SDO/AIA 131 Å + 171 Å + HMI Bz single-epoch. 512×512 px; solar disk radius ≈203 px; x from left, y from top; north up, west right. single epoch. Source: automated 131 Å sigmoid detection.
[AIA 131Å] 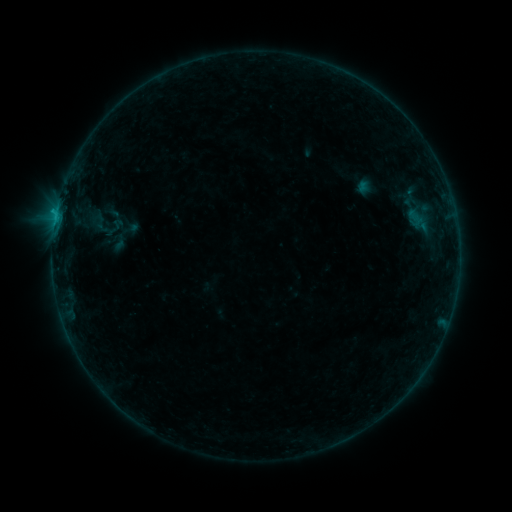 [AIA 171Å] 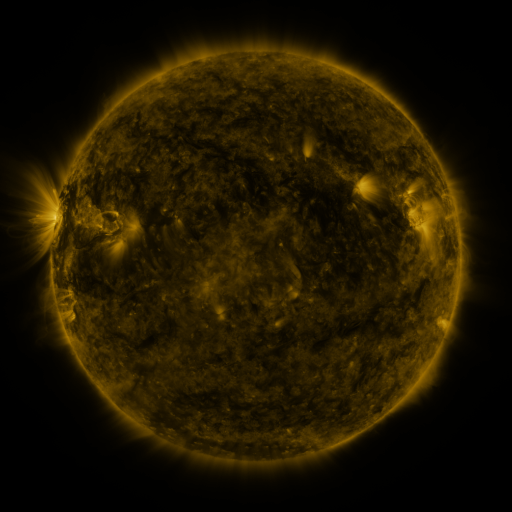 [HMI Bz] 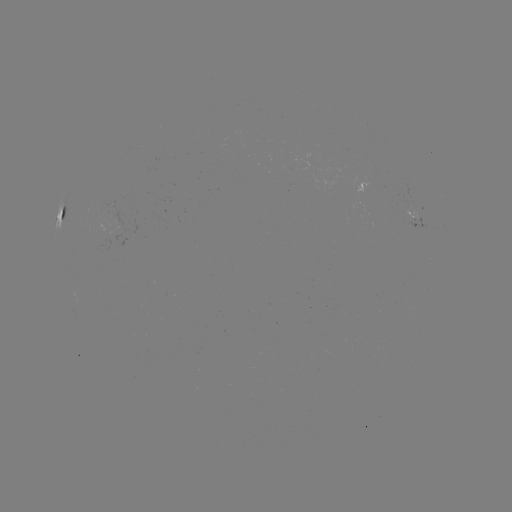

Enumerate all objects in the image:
sigmoid: (90, 212, 112, 234)
sigmoid: (111, 233, 130, 252)
